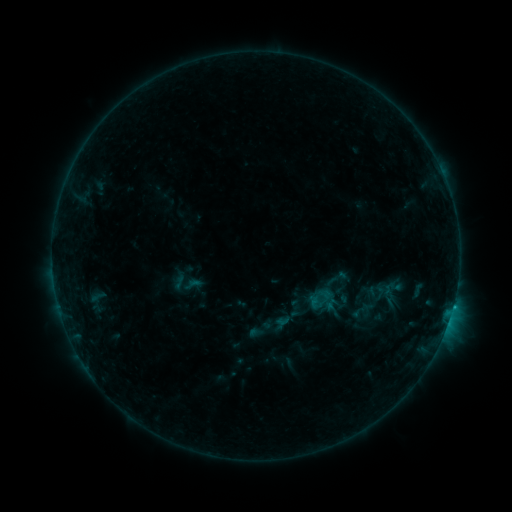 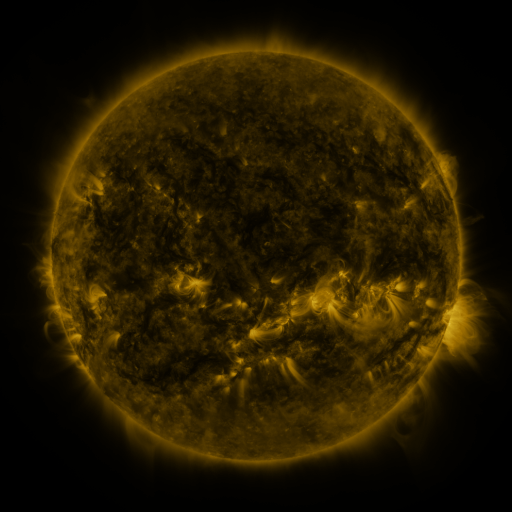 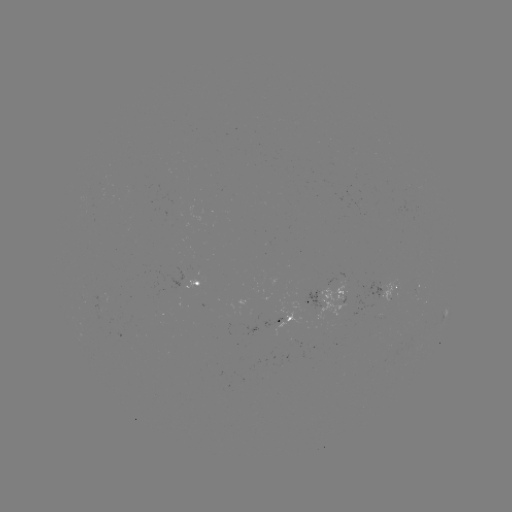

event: sigmoid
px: (321, 299)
